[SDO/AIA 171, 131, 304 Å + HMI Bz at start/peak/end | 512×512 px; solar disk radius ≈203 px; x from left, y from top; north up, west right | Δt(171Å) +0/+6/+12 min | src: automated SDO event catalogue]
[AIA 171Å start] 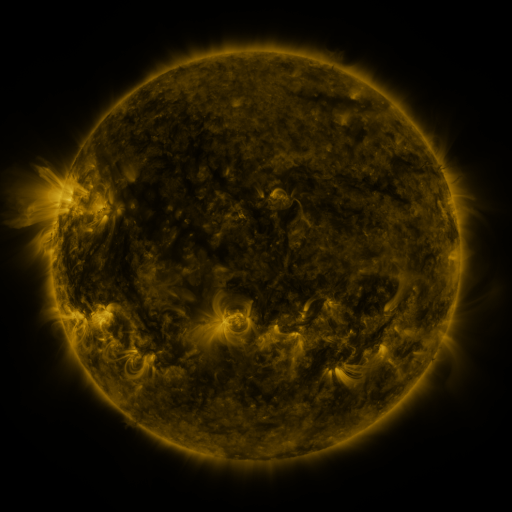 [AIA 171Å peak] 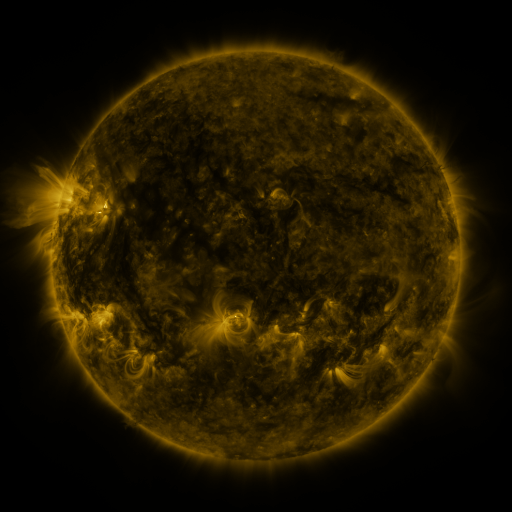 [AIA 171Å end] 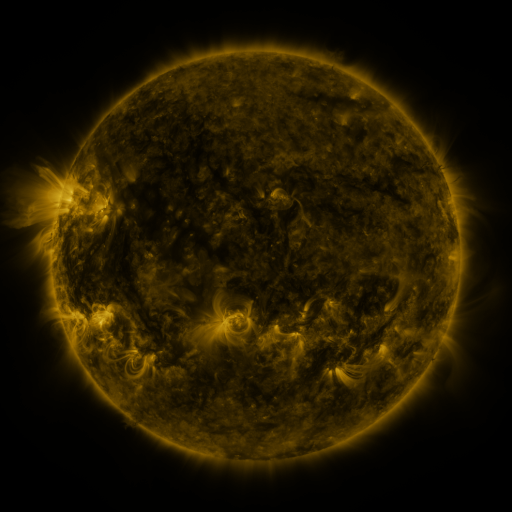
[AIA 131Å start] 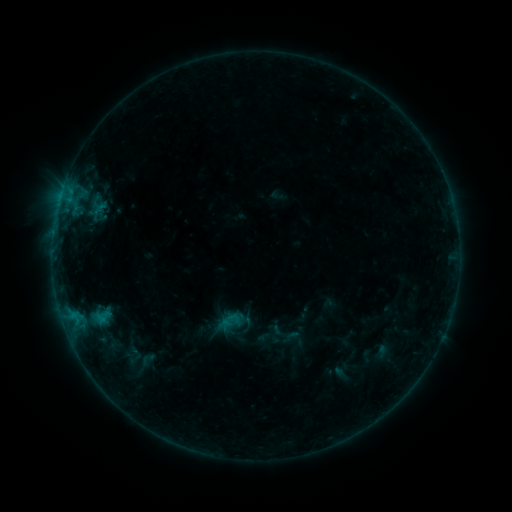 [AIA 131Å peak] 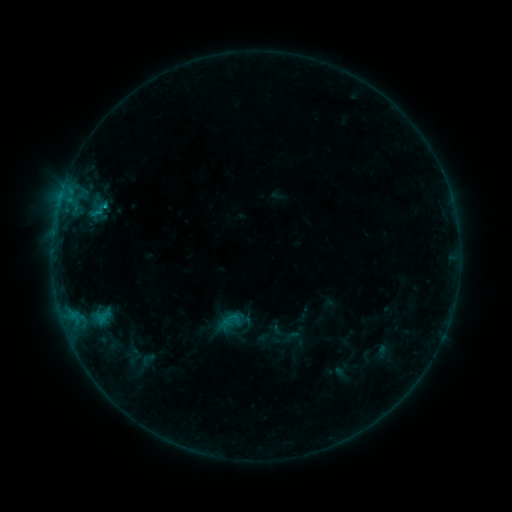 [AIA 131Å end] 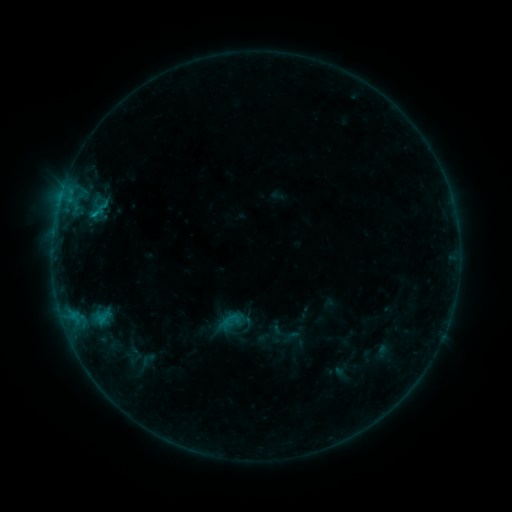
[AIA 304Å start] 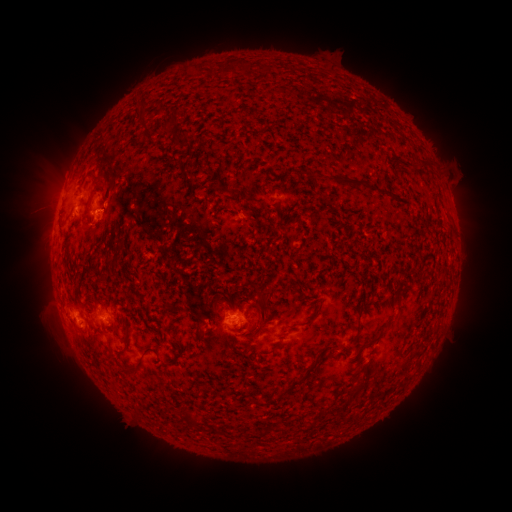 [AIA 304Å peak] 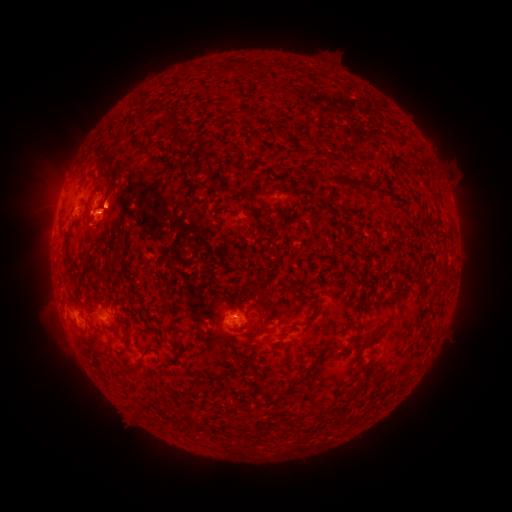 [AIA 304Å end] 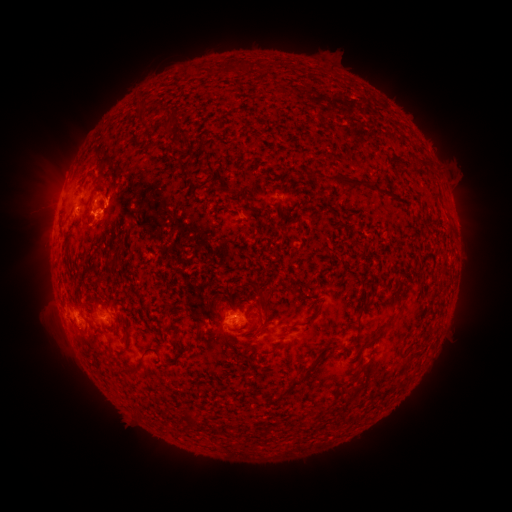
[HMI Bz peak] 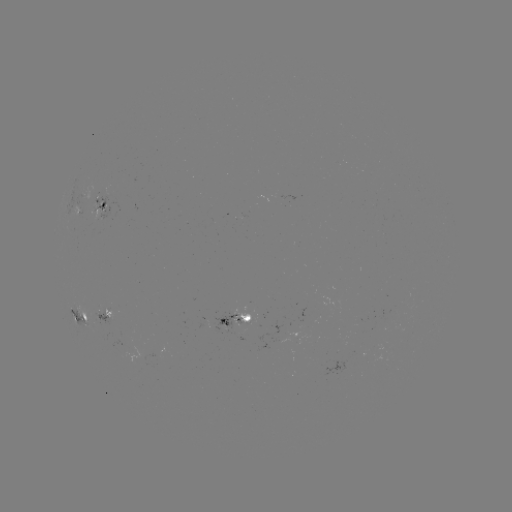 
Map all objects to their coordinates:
B7.2 flare: (100, 212)
